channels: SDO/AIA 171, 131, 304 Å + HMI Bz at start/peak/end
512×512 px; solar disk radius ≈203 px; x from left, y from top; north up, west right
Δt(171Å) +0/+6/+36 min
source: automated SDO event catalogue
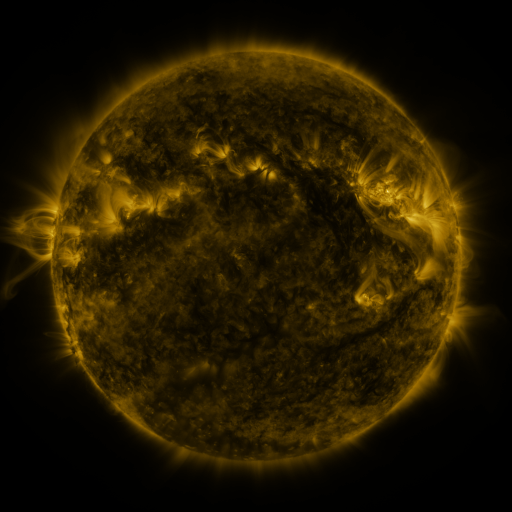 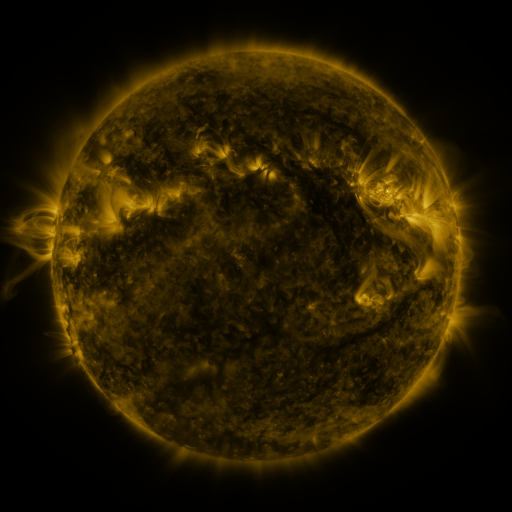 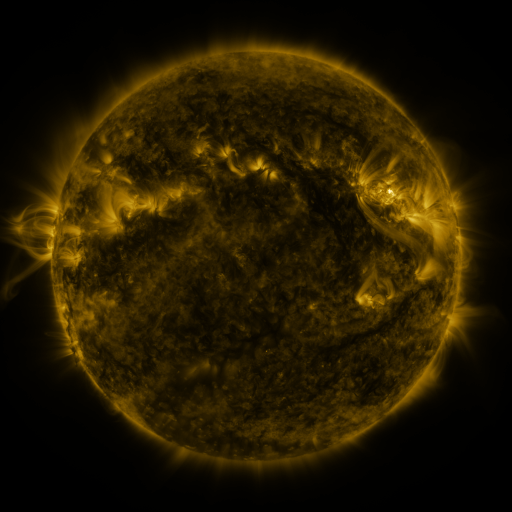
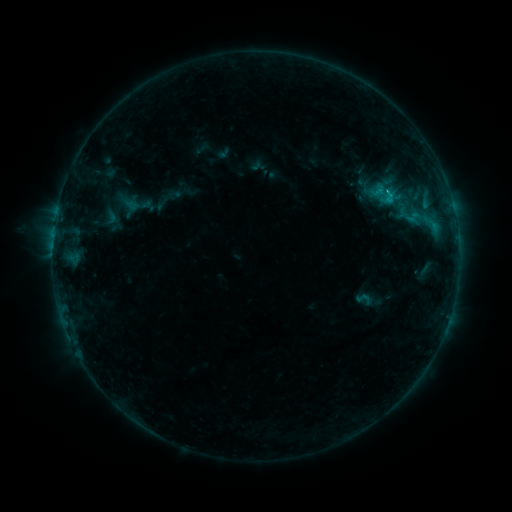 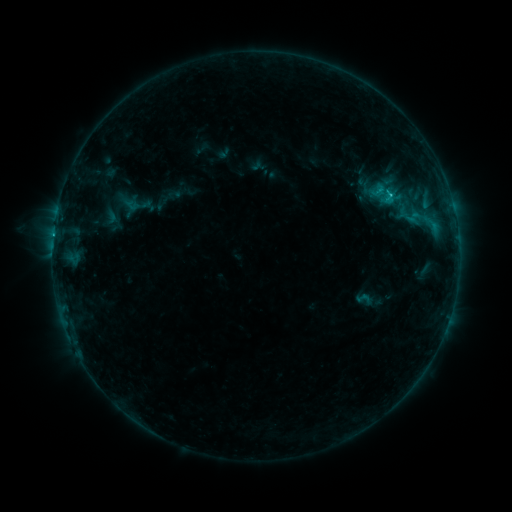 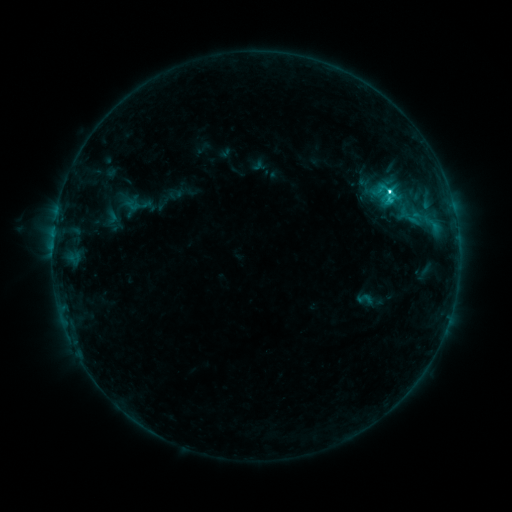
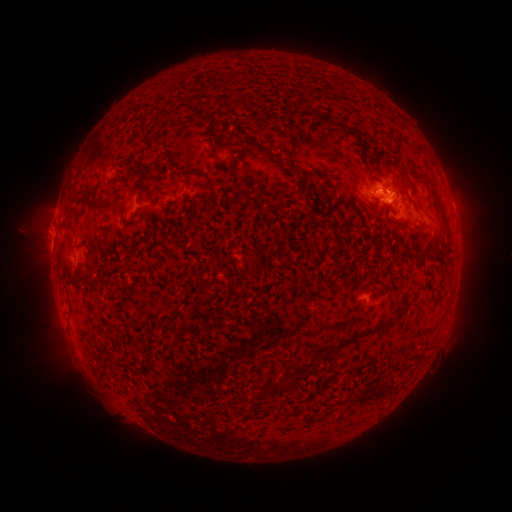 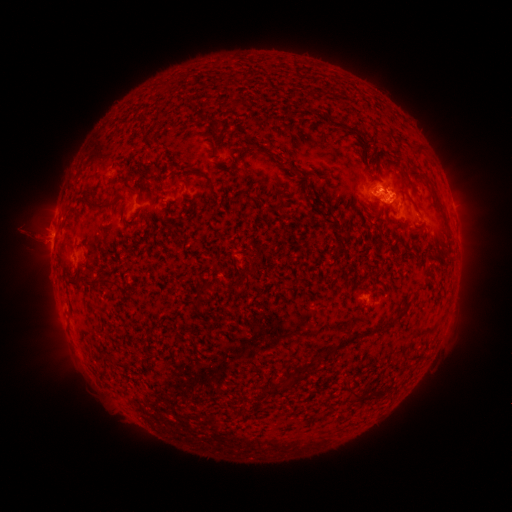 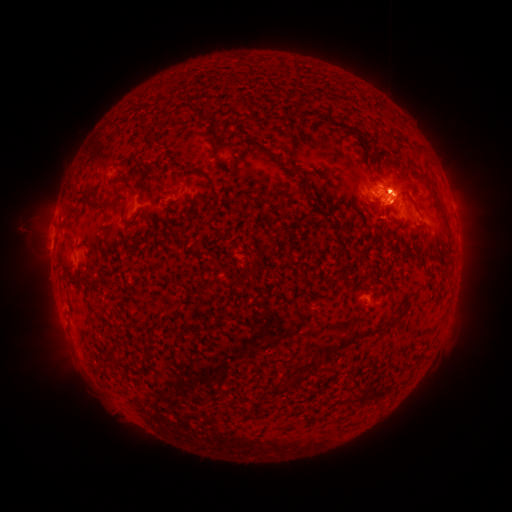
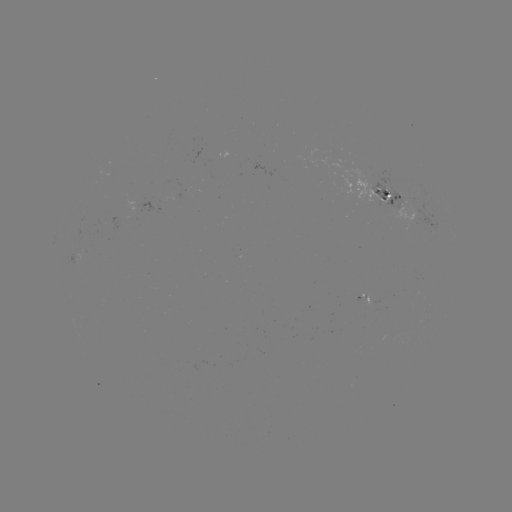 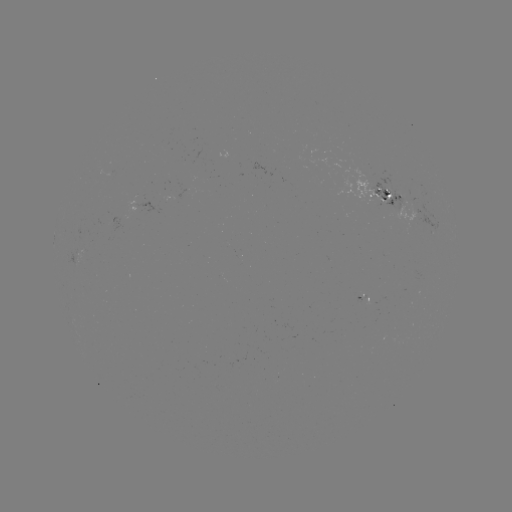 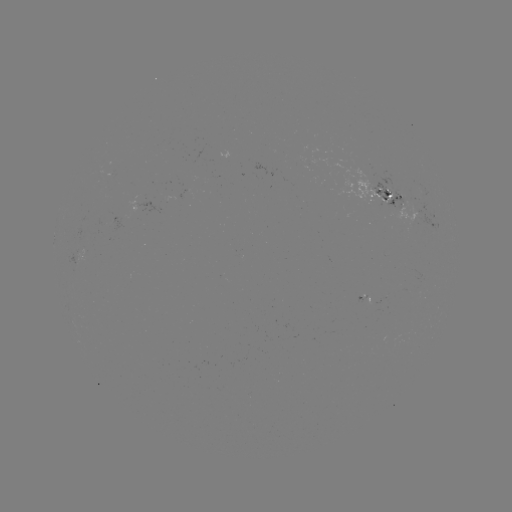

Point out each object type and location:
C6.9 flare: (389, 196)
